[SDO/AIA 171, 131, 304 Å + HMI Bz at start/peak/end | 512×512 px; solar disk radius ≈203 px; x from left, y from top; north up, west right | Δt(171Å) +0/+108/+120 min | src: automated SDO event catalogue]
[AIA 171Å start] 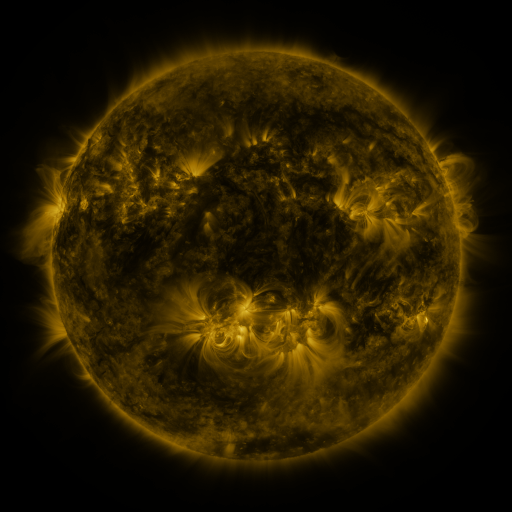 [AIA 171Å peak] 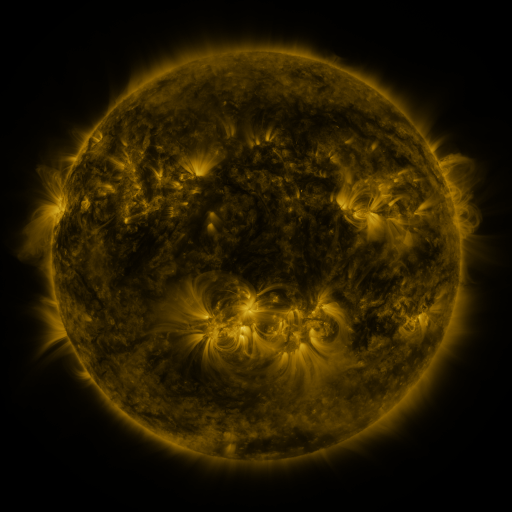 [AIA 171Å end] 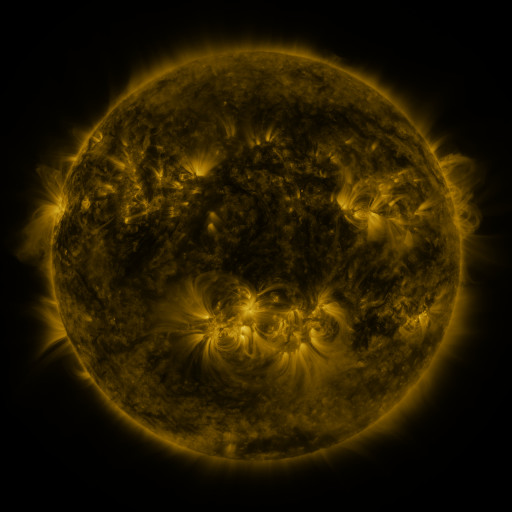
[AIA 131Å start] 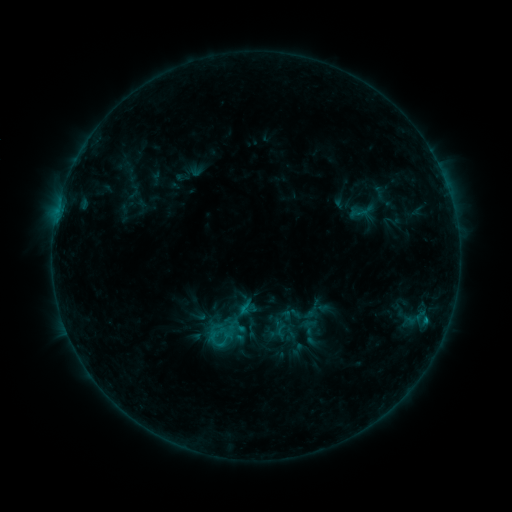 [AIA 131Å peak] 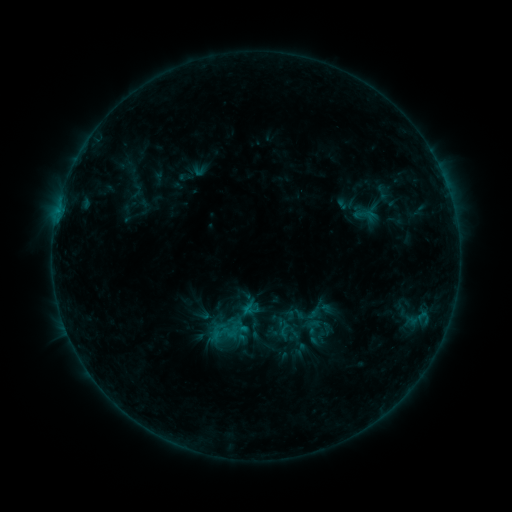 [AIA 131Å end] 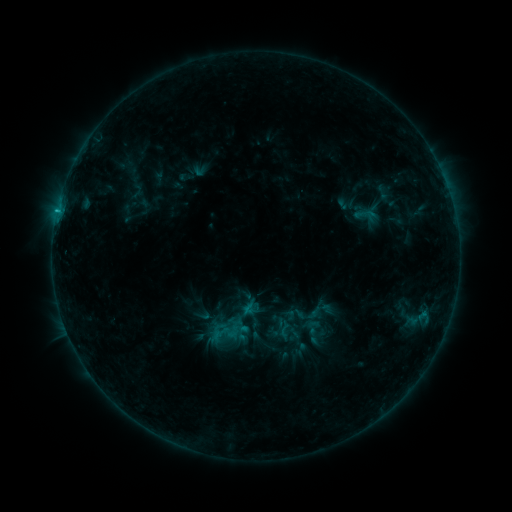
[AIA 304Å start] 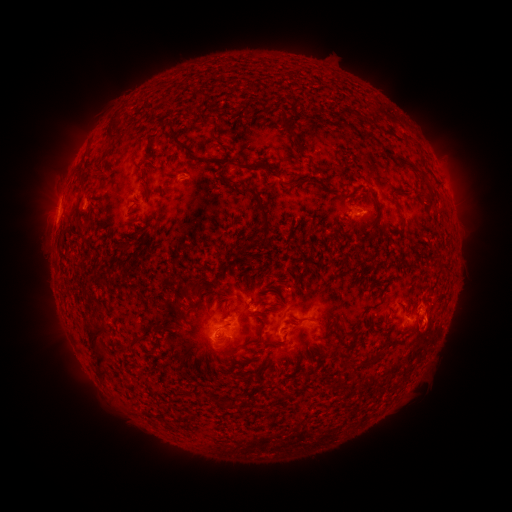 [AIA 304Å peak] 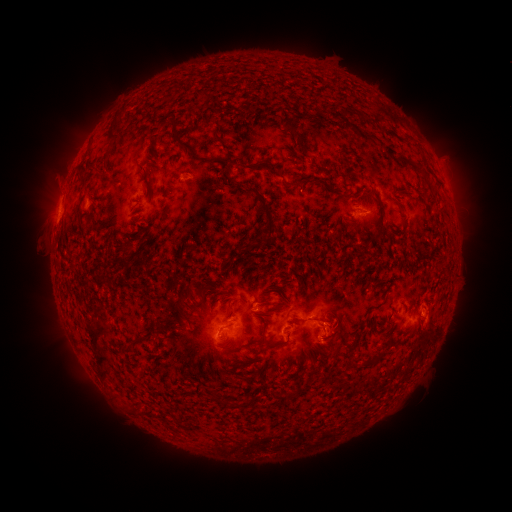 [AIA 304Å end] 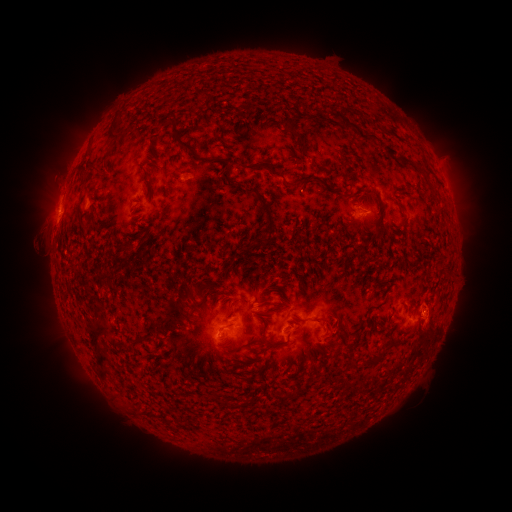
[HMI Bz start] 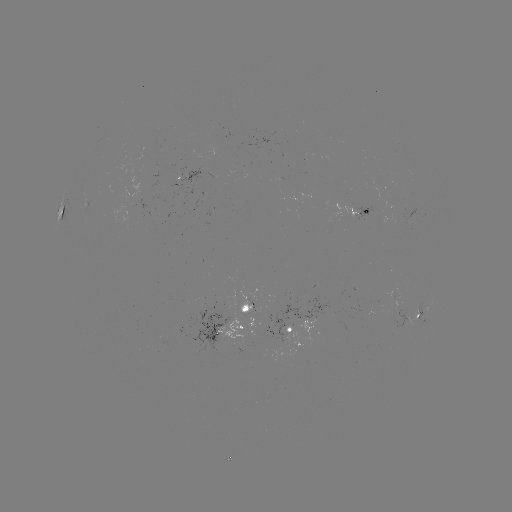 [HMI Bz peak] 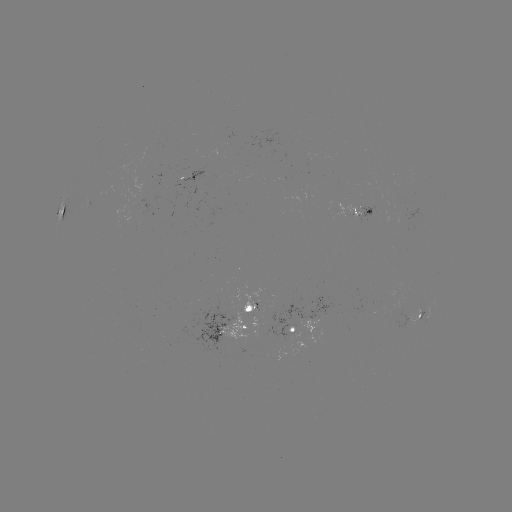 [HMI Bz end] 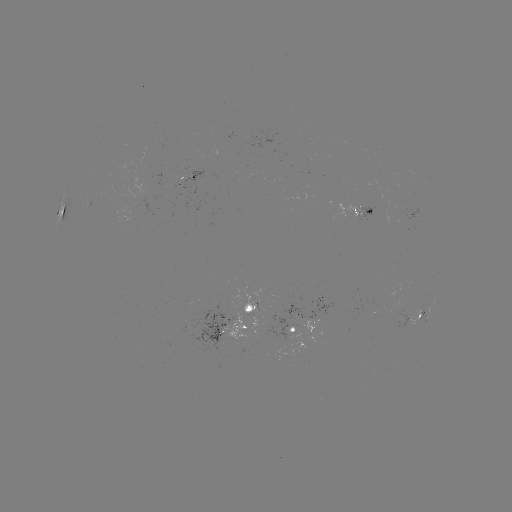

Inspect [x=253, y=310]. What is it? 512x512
emerging-flux region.